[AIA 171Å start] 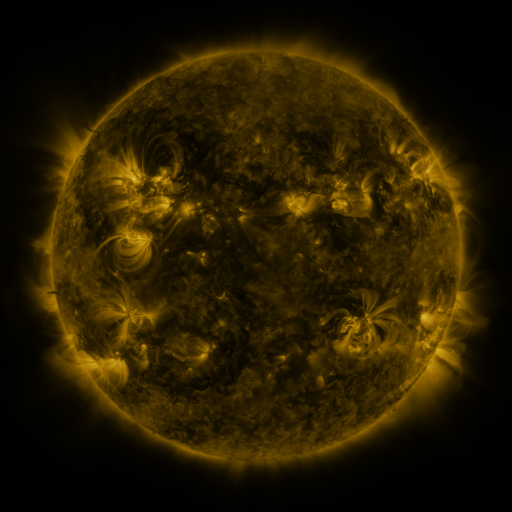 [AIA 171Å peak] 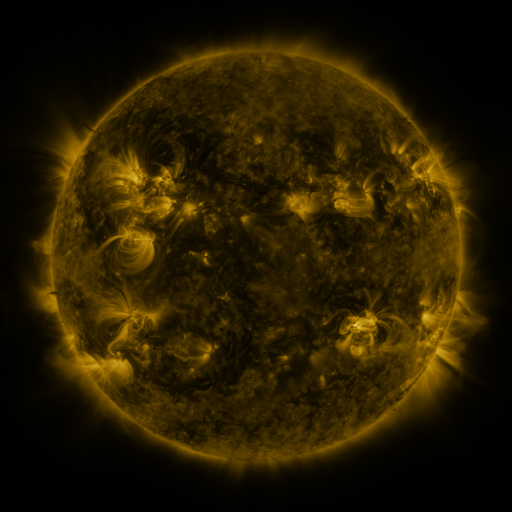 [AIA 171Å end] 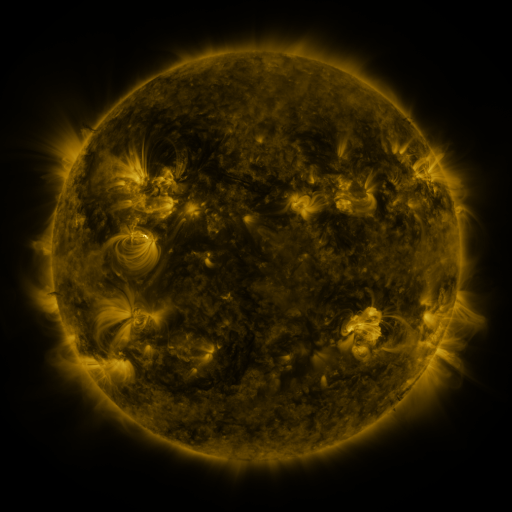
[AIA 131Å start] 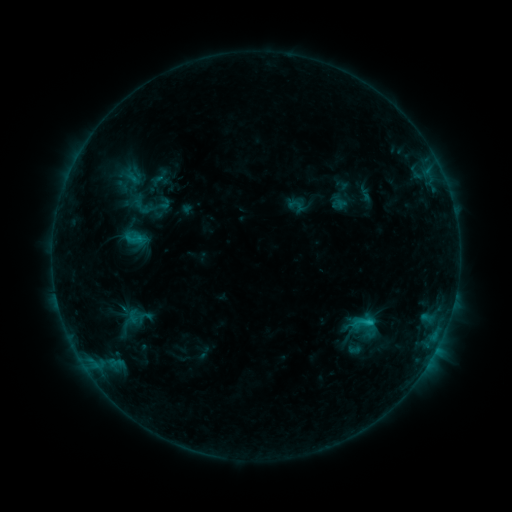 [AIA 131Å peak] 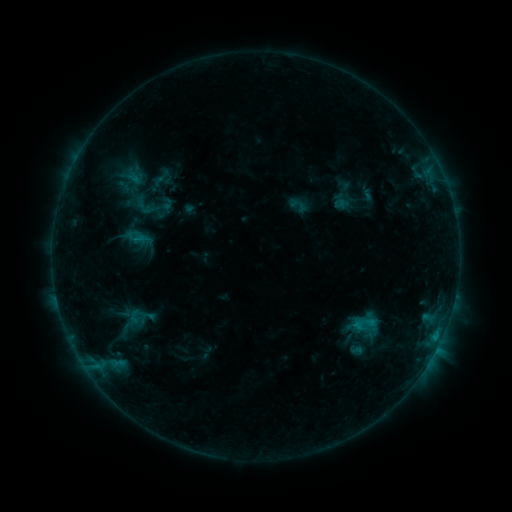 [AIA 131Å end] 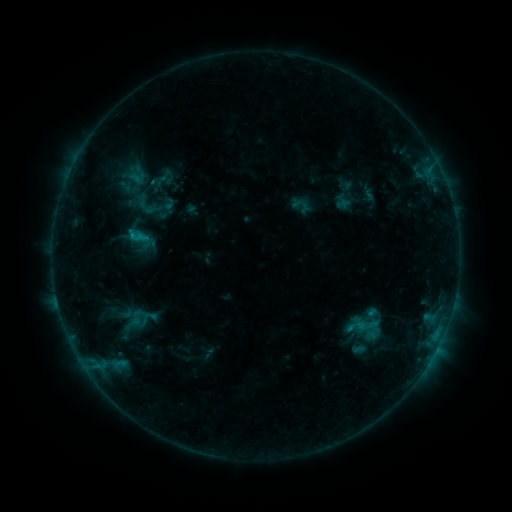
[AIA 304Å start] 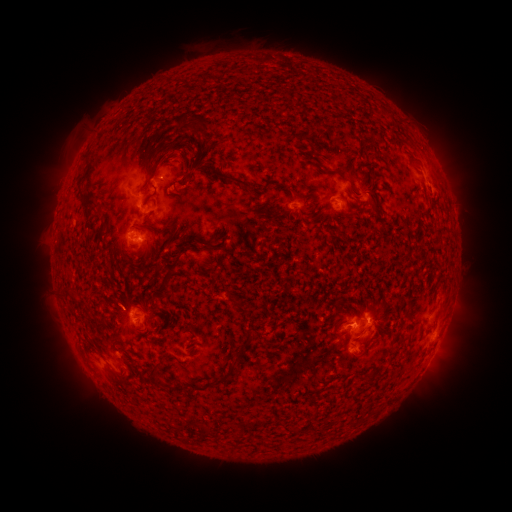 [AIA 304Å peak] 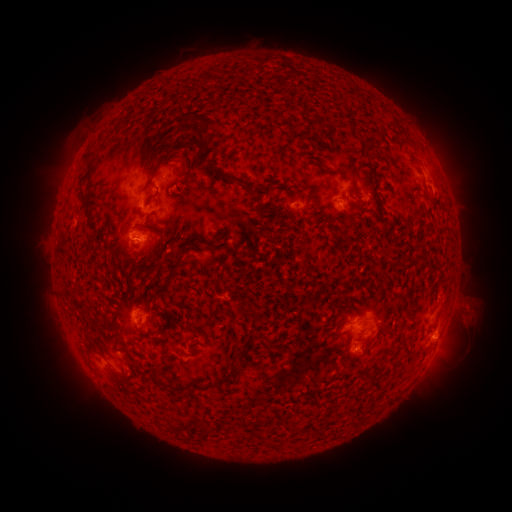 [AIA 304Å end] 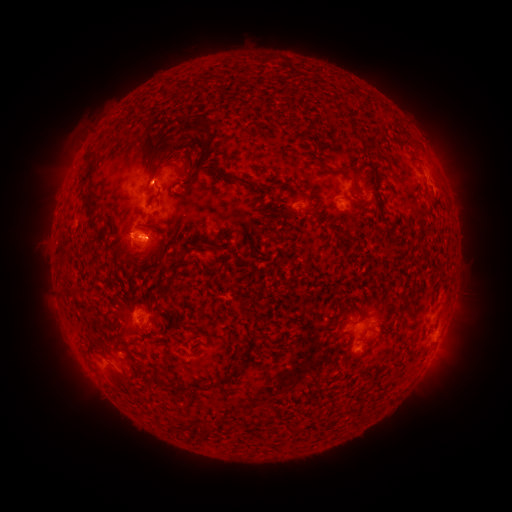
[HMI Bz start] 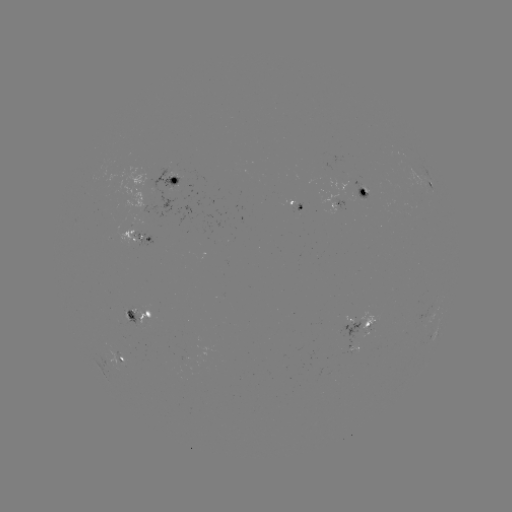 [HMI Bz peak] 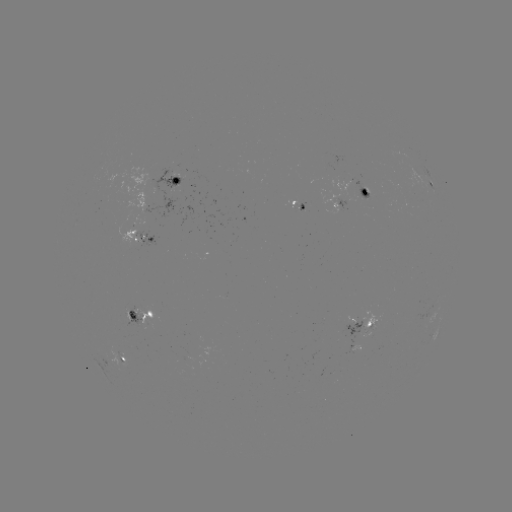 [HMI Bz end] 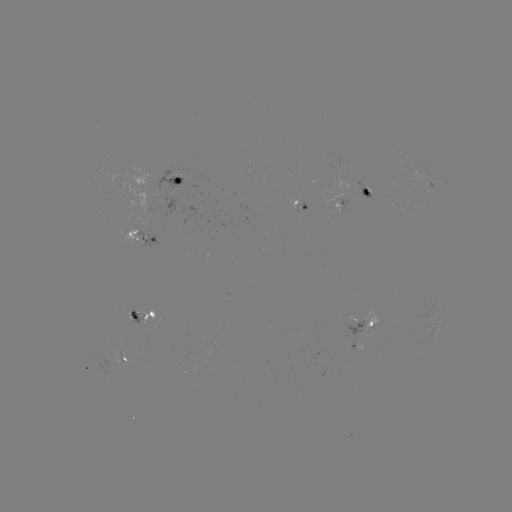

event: filament eruption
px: (459, 325)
